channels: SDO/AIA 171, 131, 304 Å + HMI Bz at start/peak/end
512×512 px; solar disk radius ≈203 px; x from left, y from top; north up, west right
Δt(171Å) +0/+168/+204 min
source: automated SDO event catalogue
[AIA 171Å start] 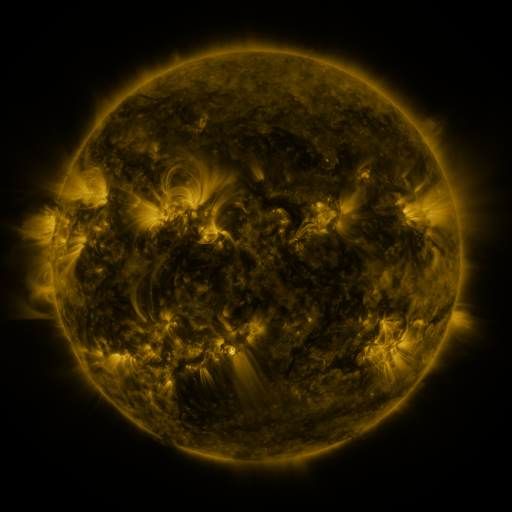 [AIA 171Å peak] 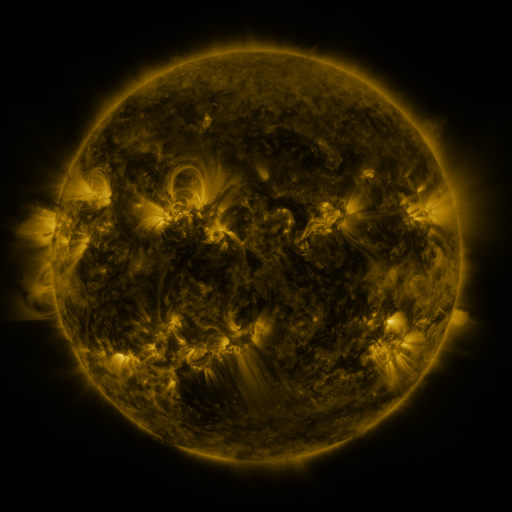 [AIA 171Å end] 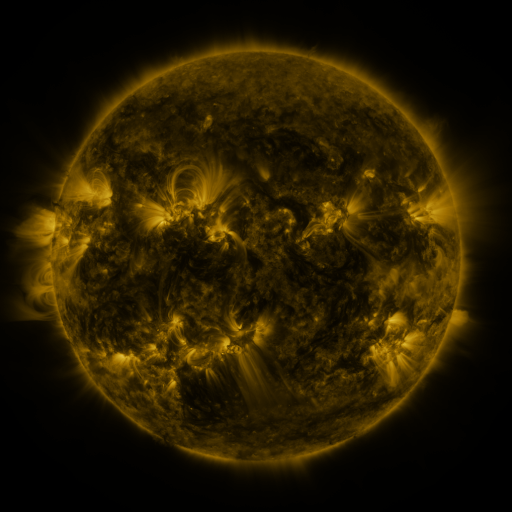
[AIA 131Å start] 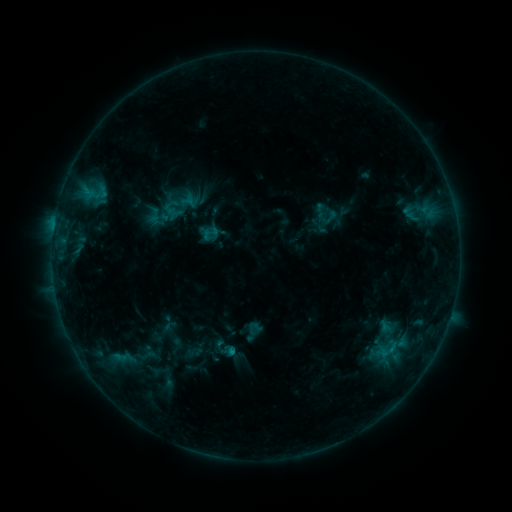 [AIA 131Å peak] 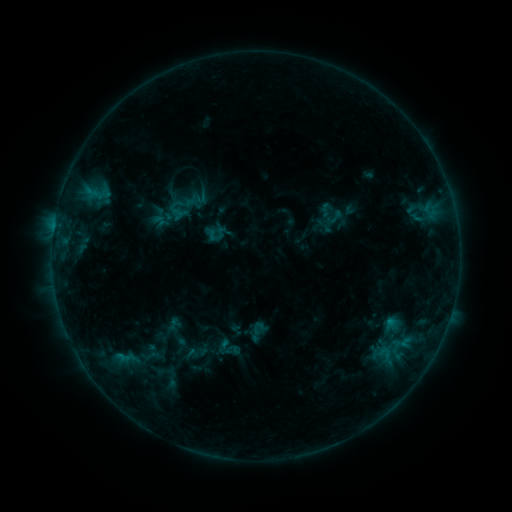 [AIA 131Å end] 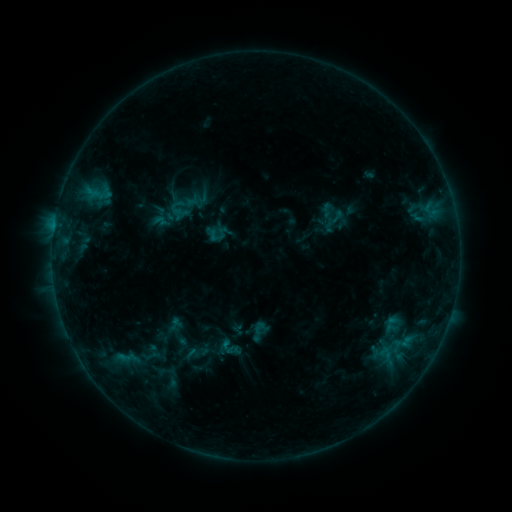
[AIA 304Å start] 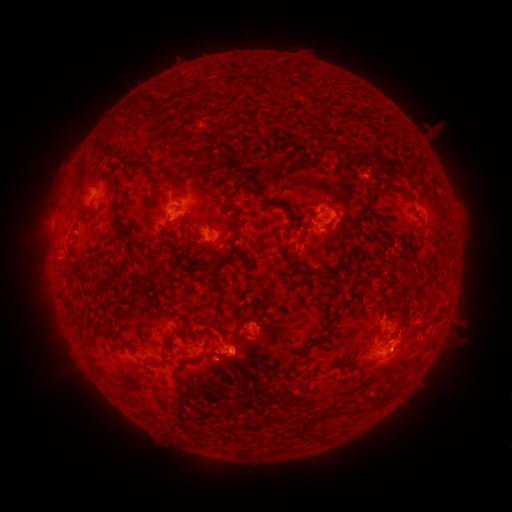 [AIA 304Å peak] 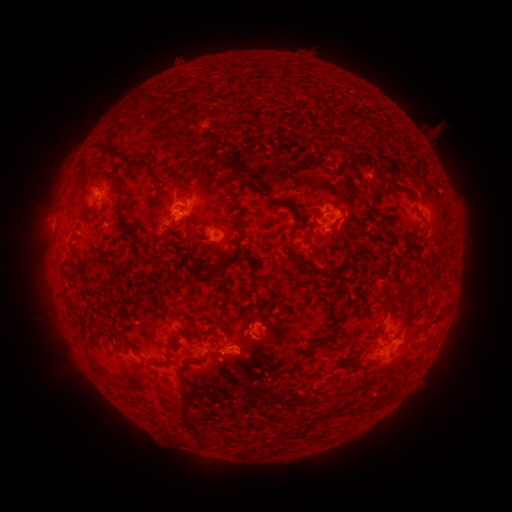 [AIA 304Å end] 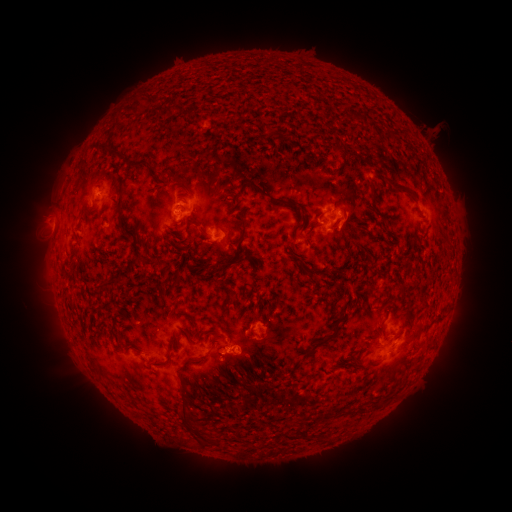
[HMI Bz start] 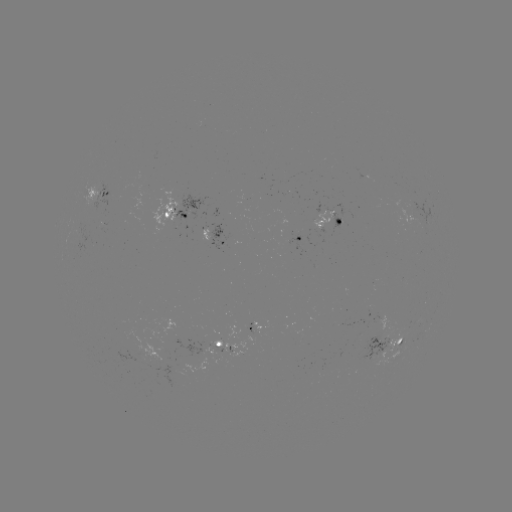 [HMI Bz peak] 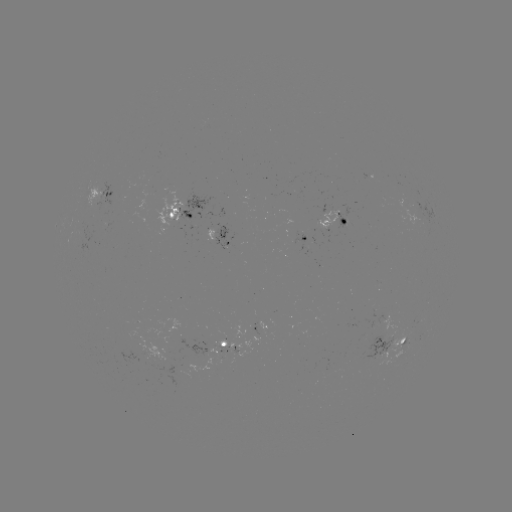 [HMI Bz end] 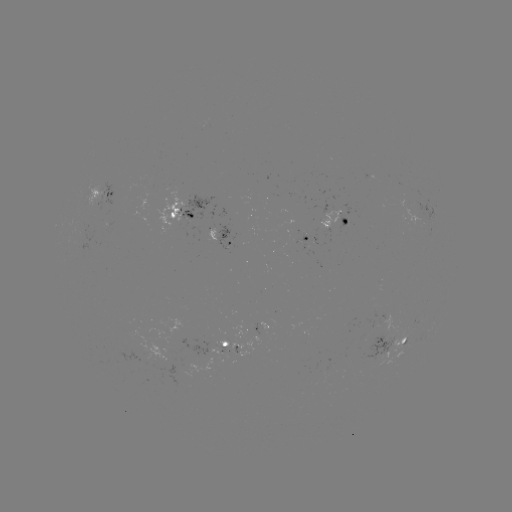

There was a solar emerging-flux region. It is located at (225, 345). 